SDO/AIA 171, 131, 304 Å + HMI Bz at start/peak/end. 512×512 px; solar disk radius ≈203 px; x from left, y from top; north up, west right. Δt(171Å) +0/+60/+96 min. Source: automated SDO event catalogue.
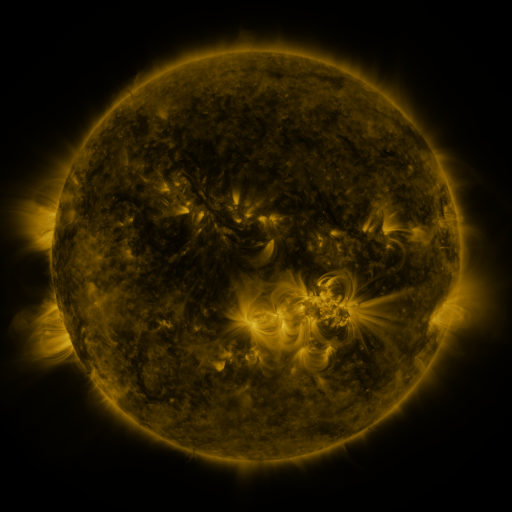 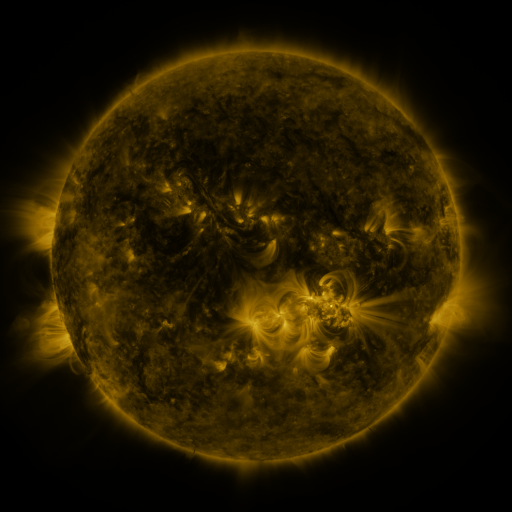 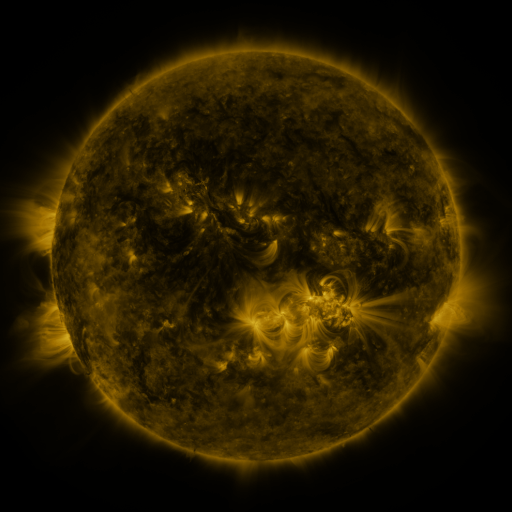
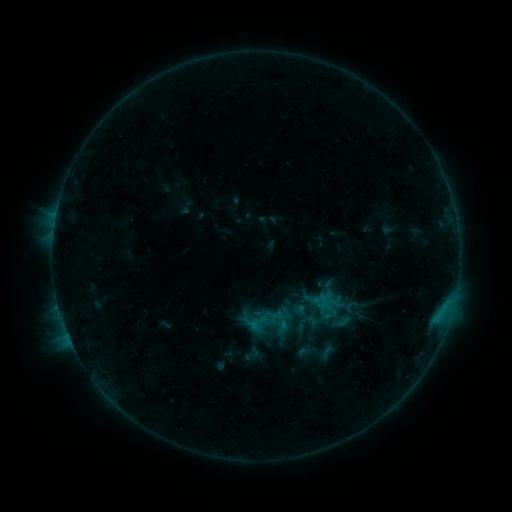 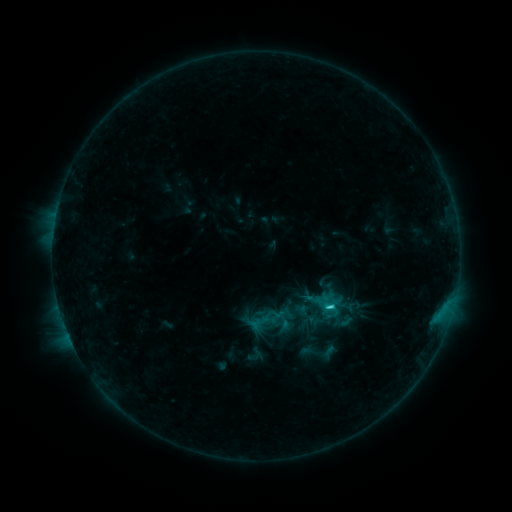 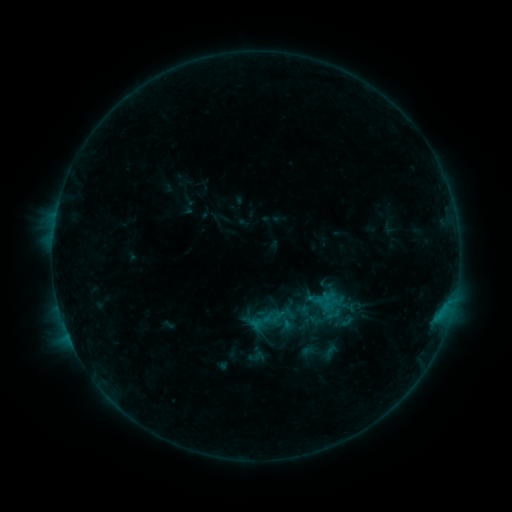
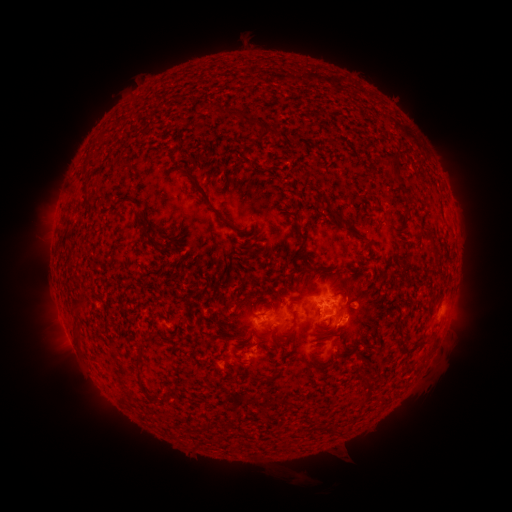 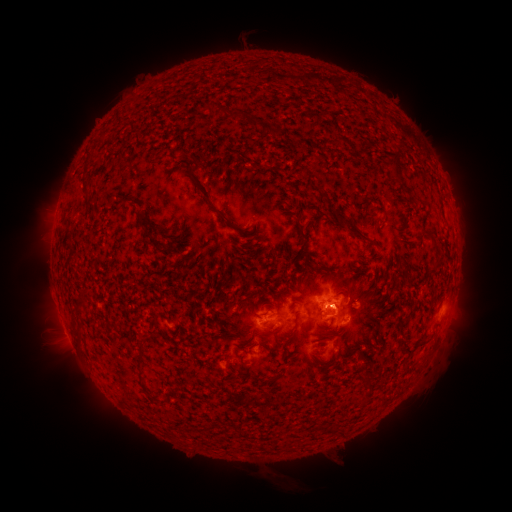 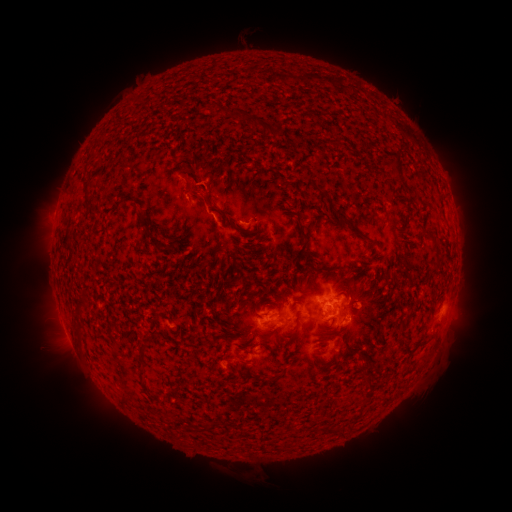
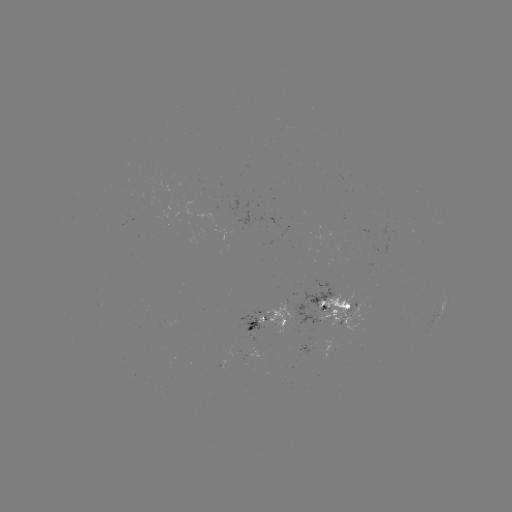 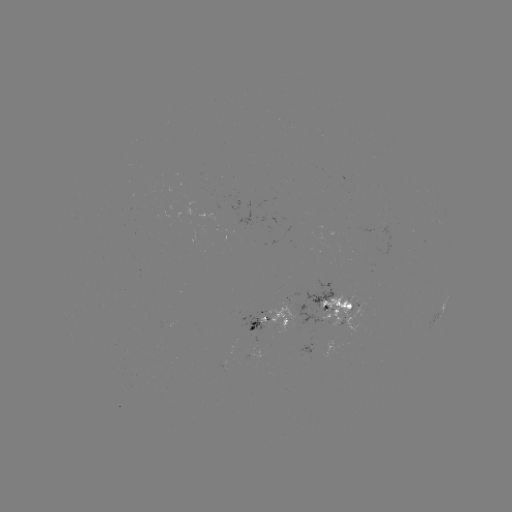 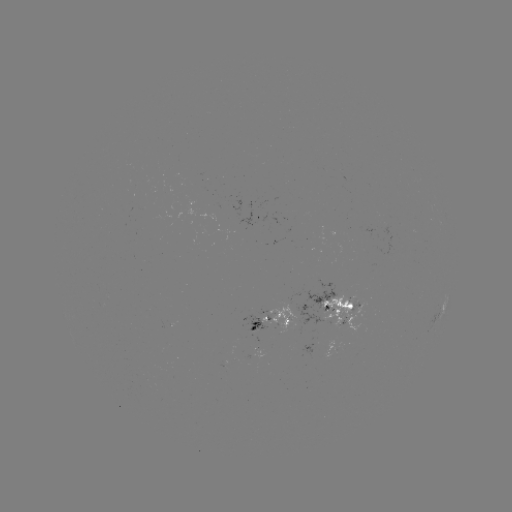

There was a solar emerging-flux region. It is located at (240, 356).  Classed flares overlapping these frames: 2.